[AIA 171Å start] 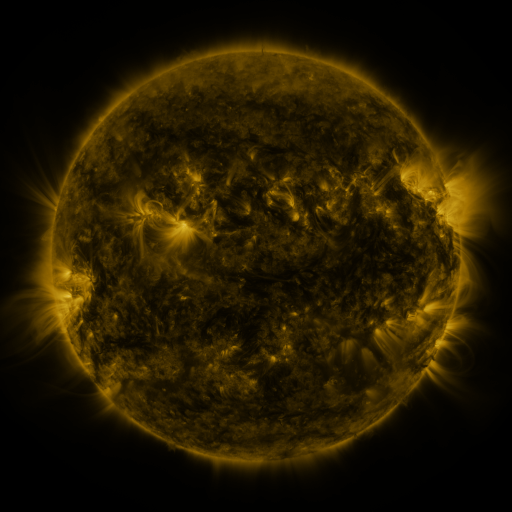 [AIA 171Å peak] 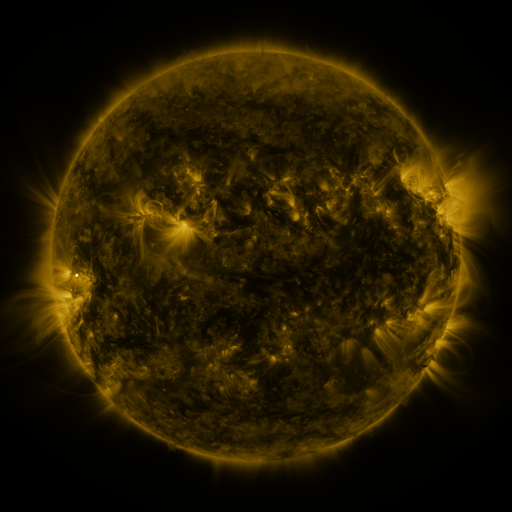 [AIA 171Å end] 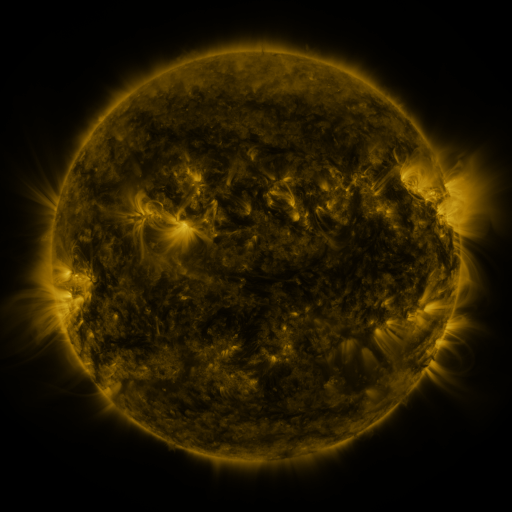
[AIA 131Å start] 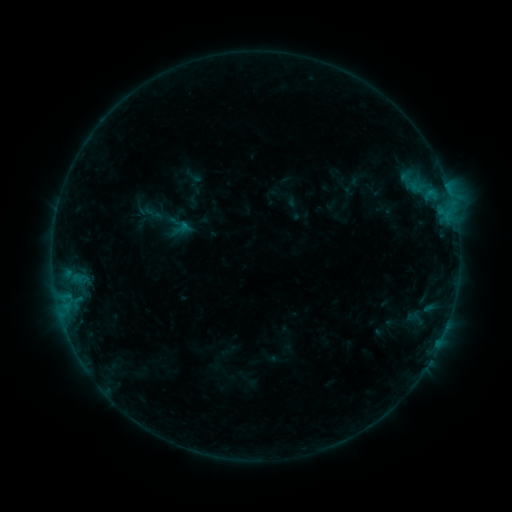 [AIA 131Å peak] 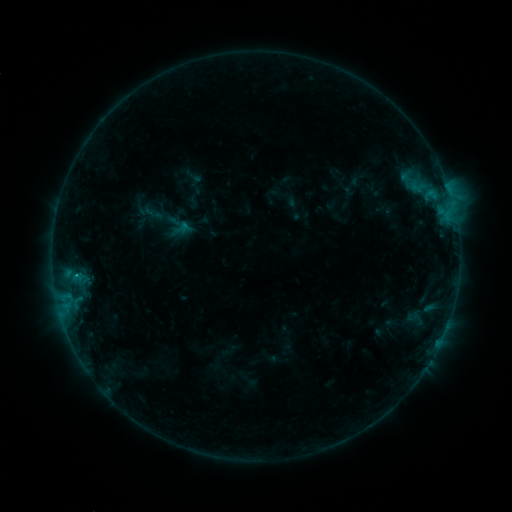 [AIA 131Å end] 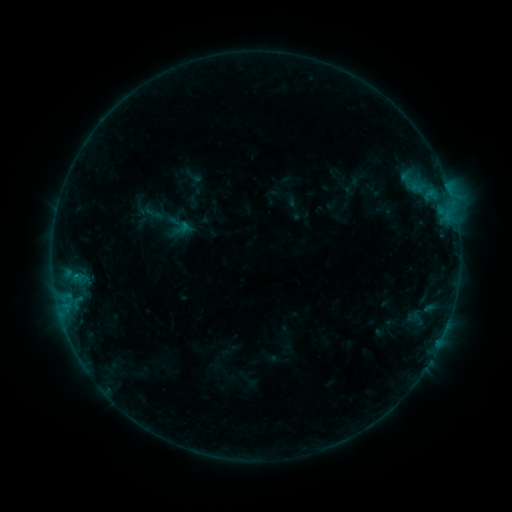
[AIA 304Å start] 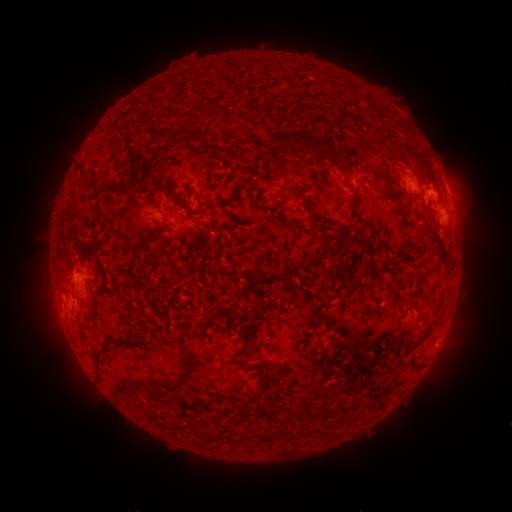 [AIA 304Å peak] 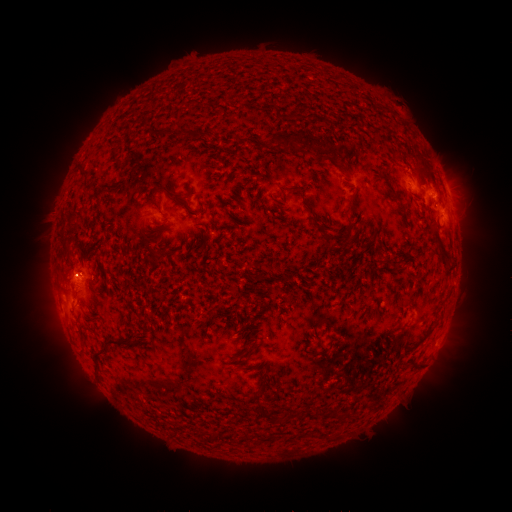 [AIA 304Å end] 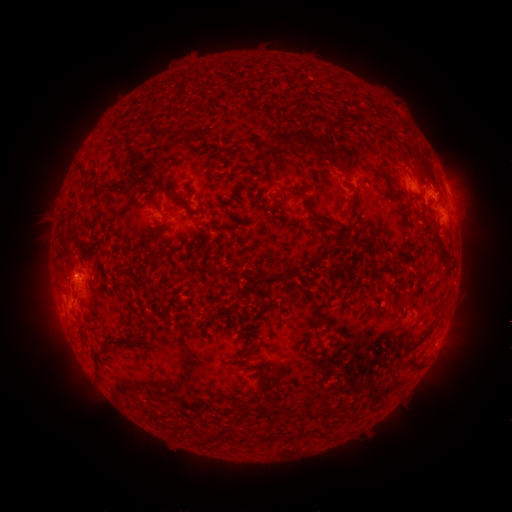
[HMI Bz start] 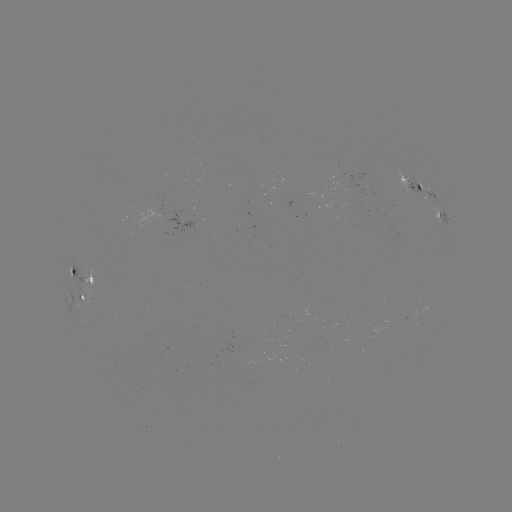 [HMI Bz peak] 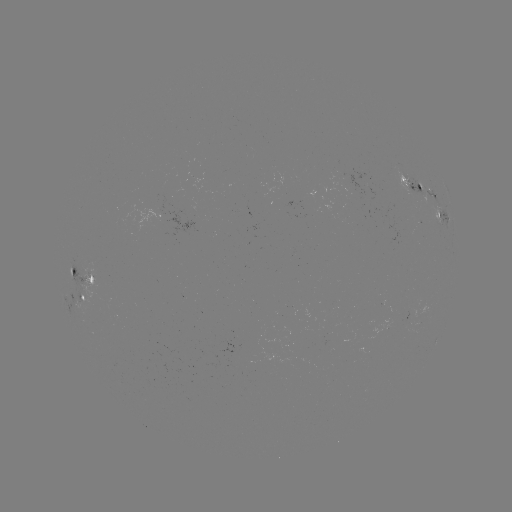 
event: flare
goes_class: B5.4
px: (77, 275)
